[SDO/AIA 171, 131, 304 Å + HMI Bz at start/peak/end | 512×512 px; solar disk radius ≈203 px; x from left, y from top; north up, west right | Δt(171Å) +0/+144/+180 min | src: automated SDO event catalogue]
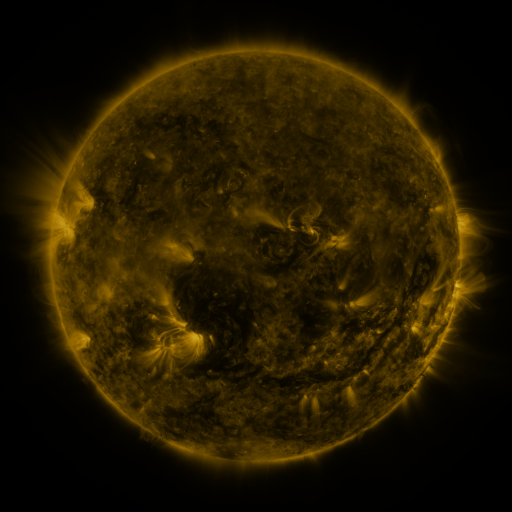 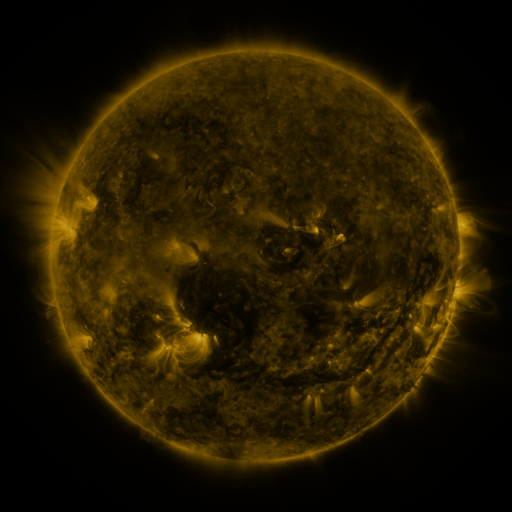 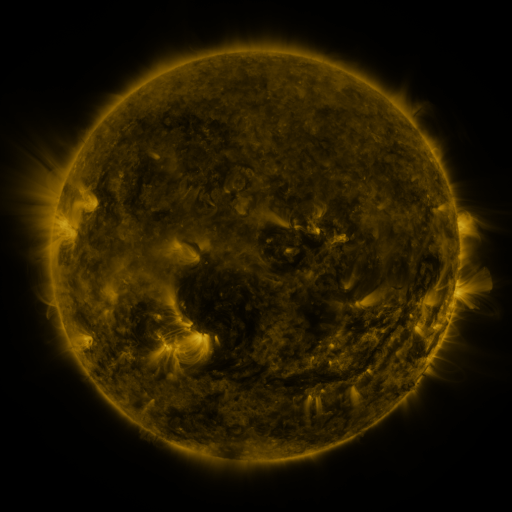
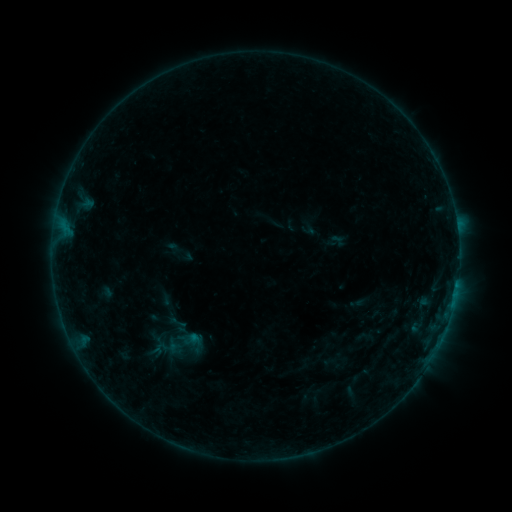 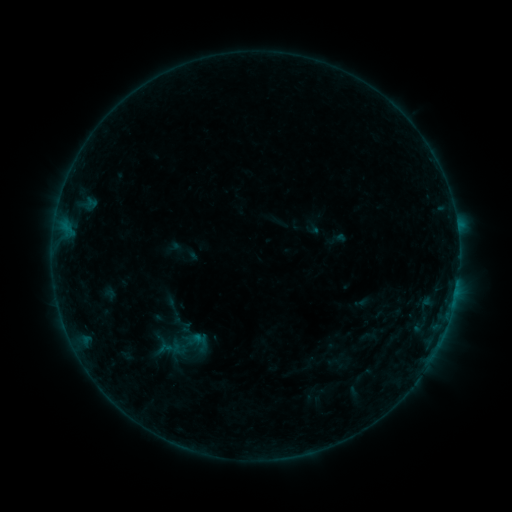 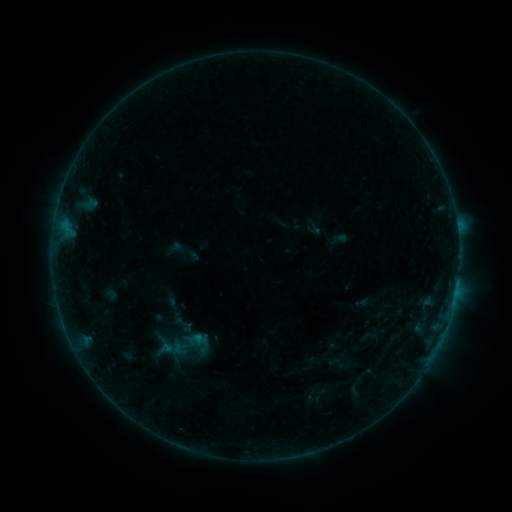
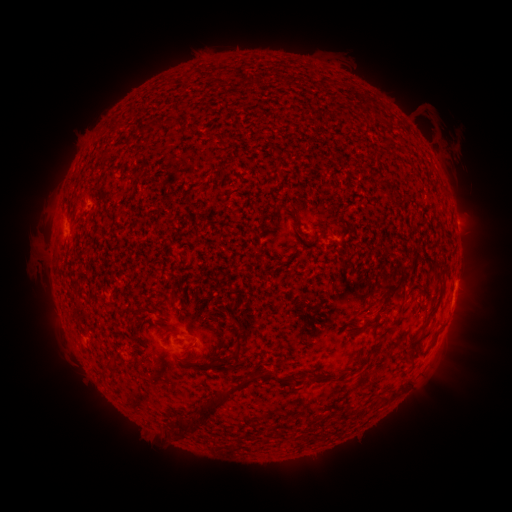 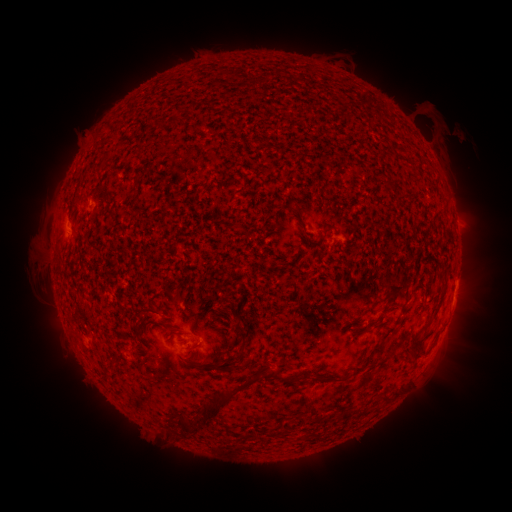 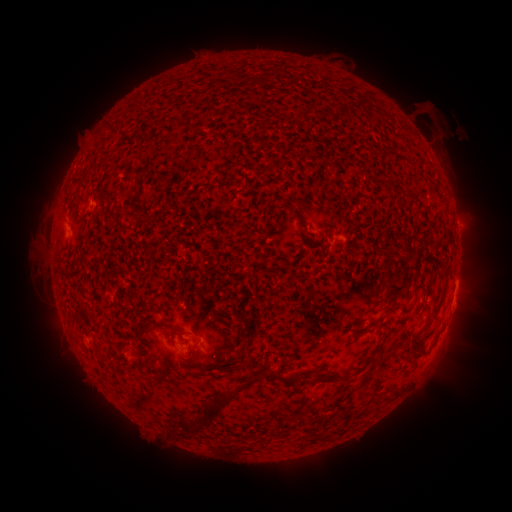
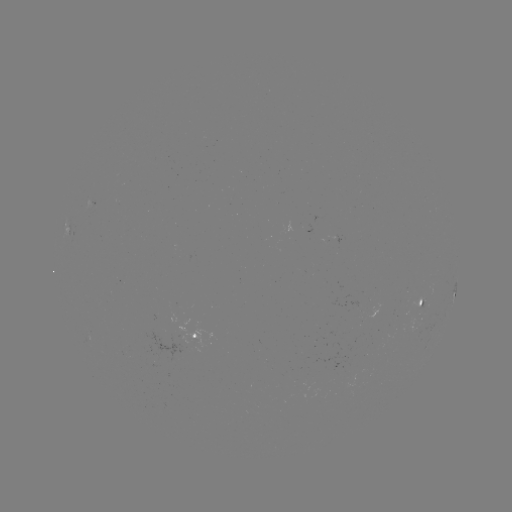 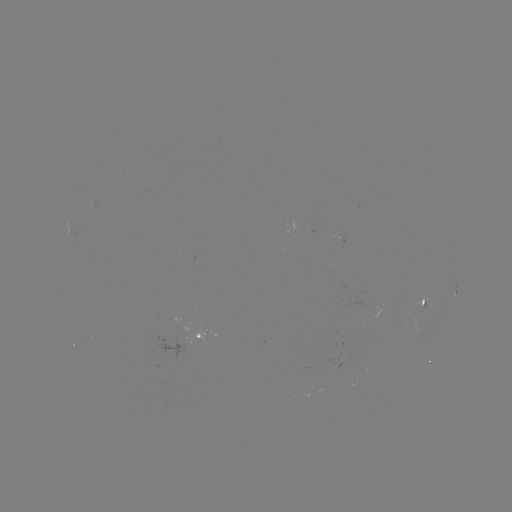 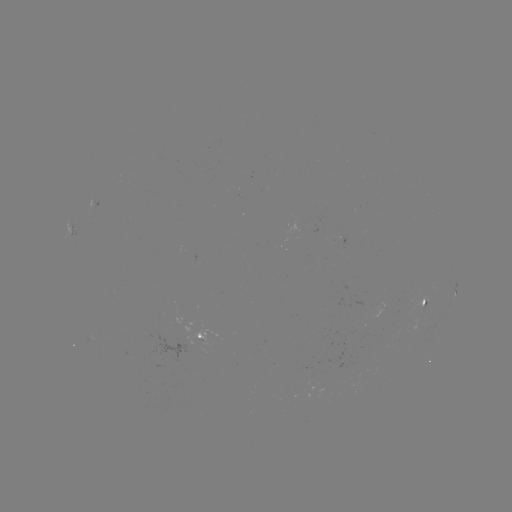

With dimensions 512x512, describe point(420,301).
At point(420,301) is emerging-flux region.